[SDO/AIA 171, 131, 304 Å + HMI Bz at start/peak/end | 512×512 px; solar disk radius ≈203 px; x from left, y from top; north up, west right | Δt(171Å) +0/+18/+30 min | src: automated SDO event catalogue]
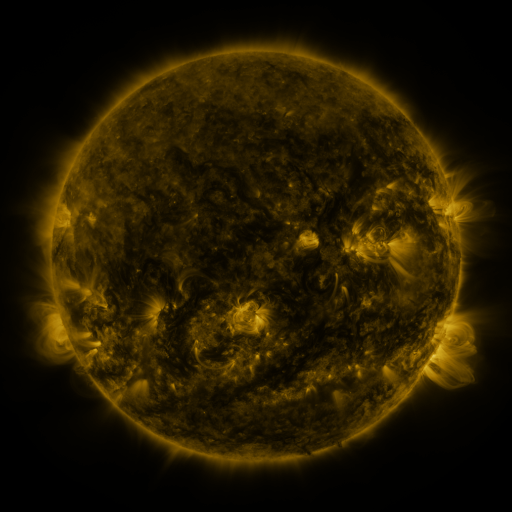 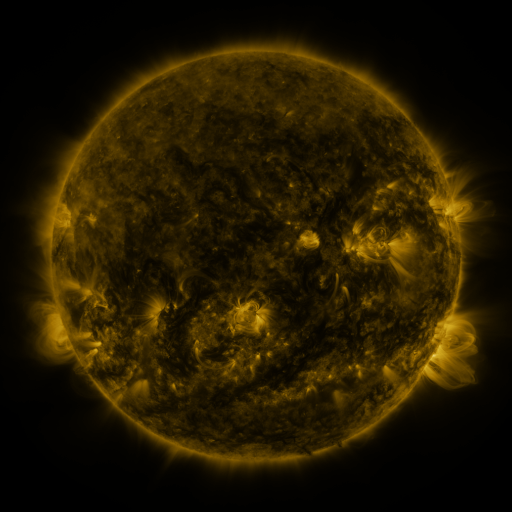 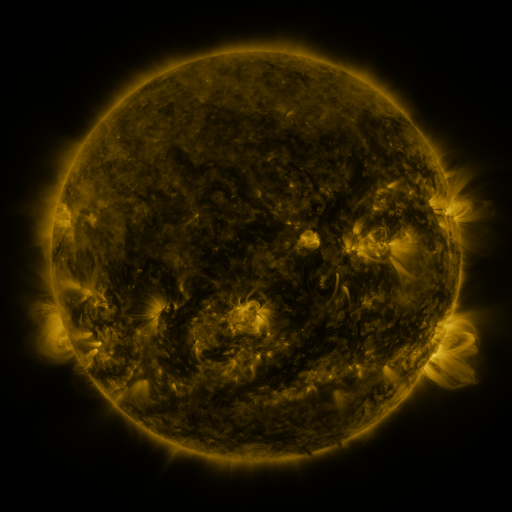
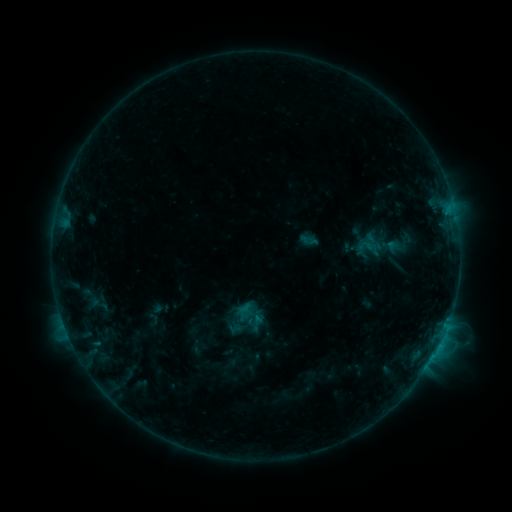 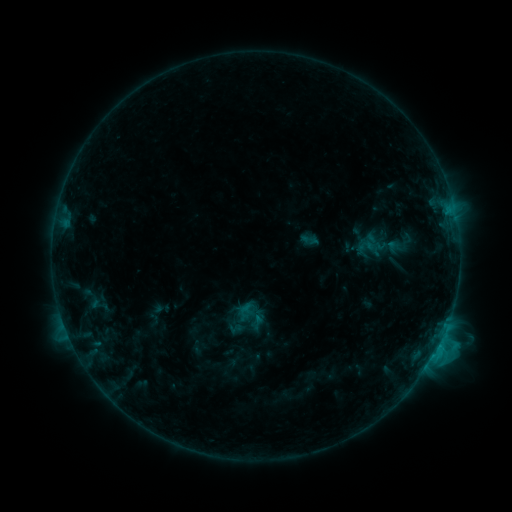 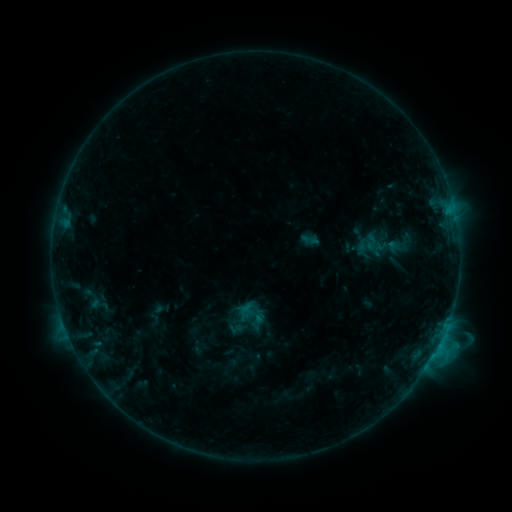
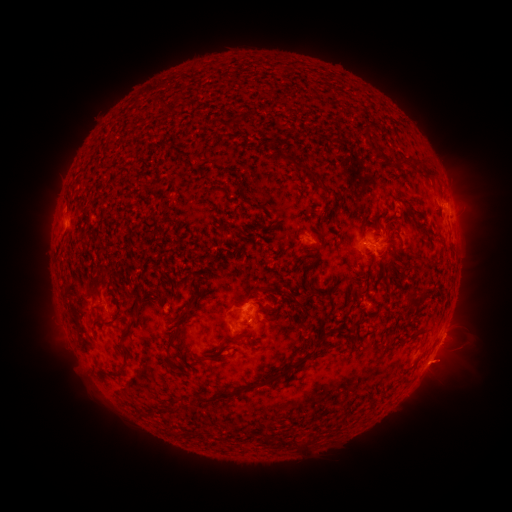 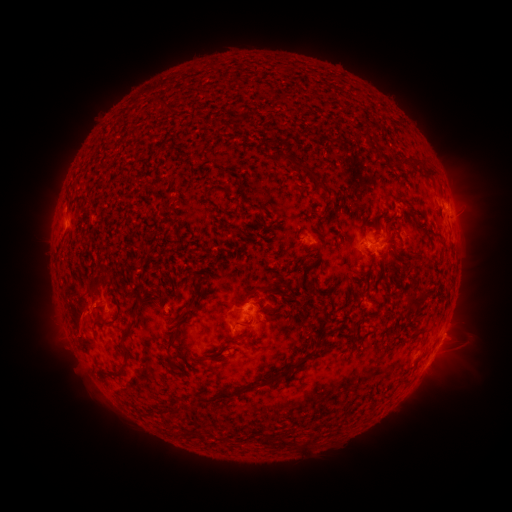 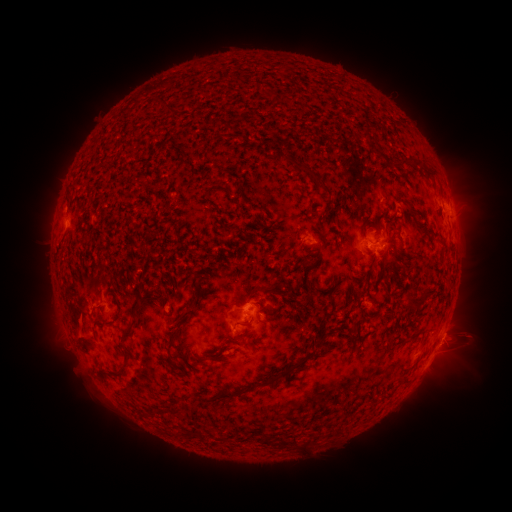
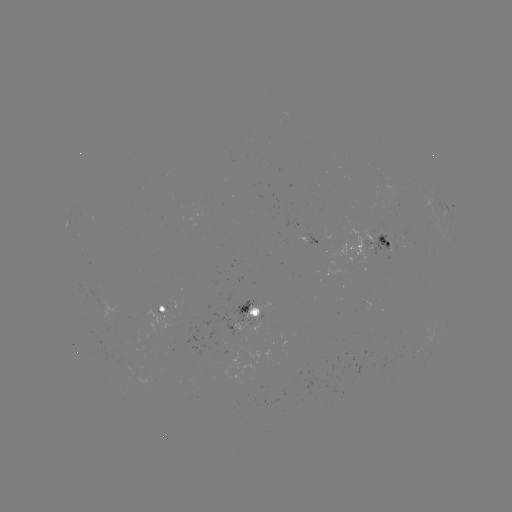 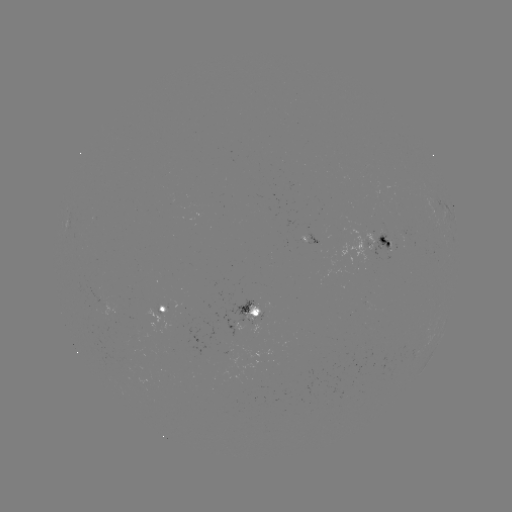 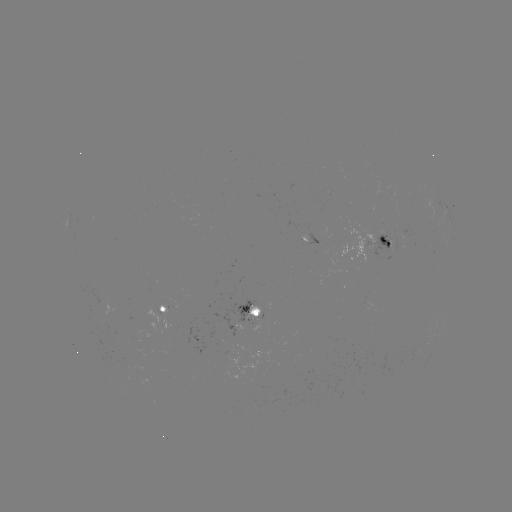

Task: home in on eruption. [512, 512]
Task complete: [79, 321].